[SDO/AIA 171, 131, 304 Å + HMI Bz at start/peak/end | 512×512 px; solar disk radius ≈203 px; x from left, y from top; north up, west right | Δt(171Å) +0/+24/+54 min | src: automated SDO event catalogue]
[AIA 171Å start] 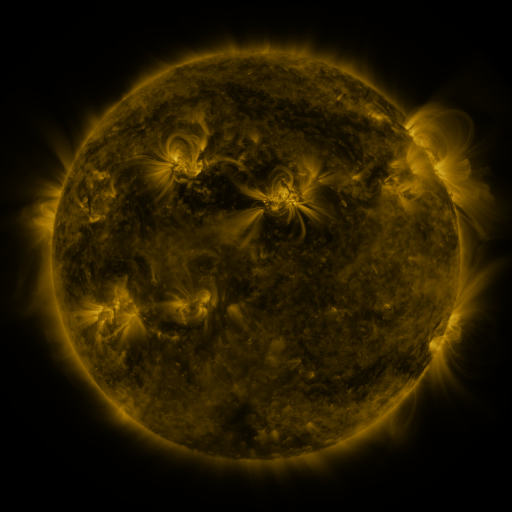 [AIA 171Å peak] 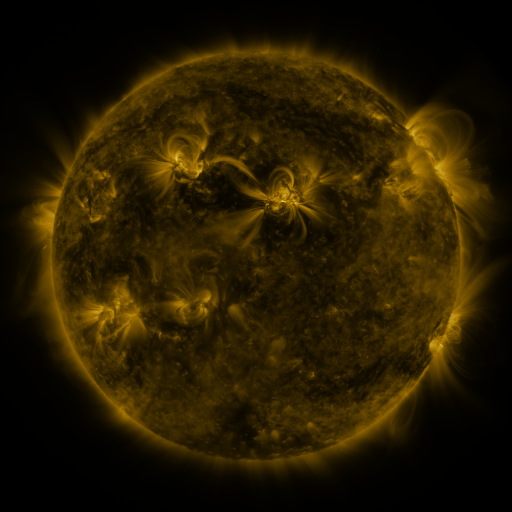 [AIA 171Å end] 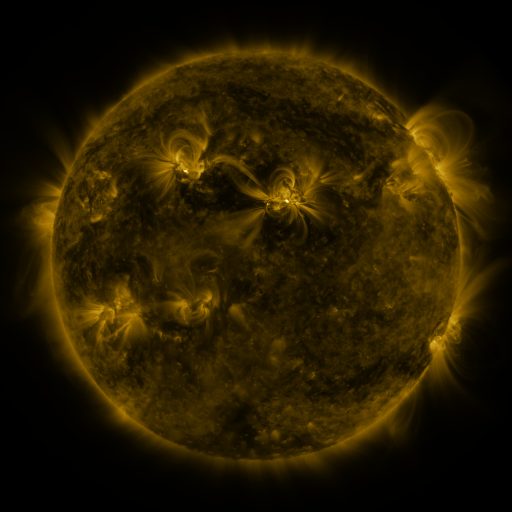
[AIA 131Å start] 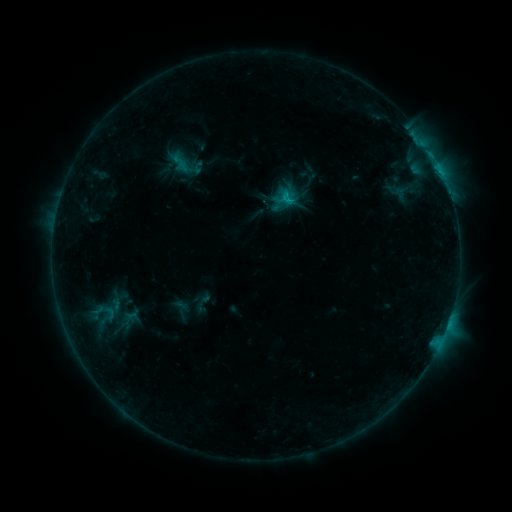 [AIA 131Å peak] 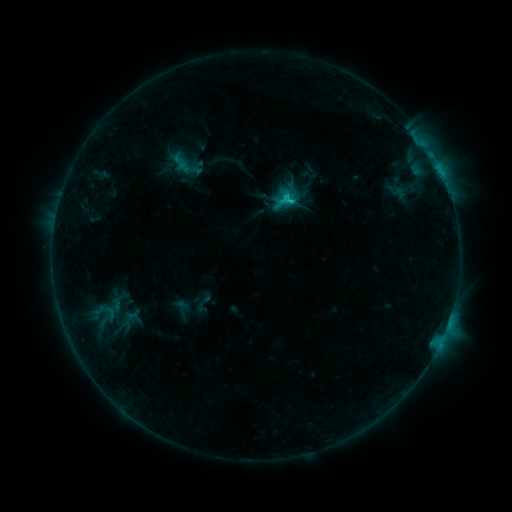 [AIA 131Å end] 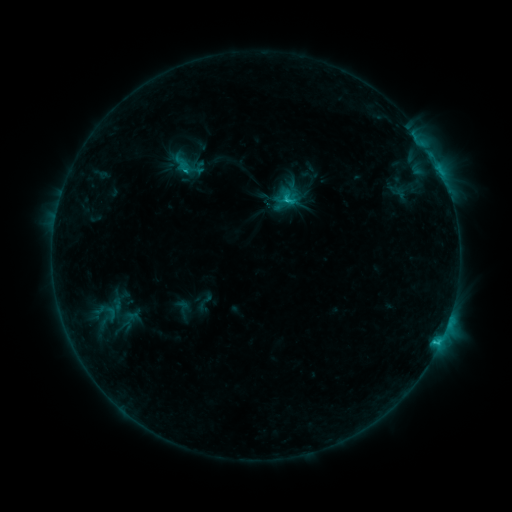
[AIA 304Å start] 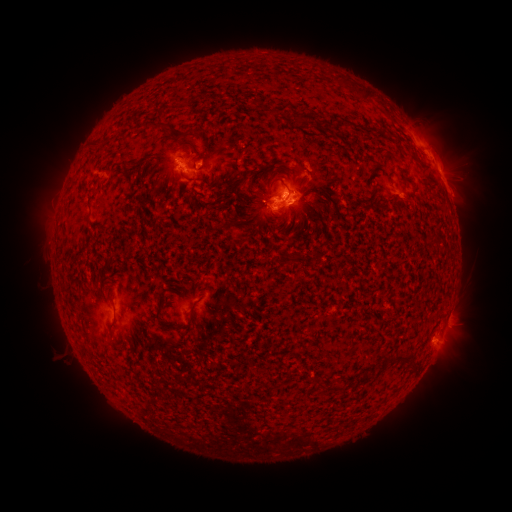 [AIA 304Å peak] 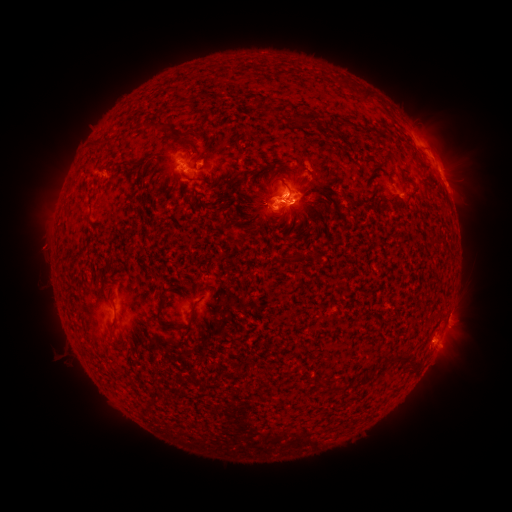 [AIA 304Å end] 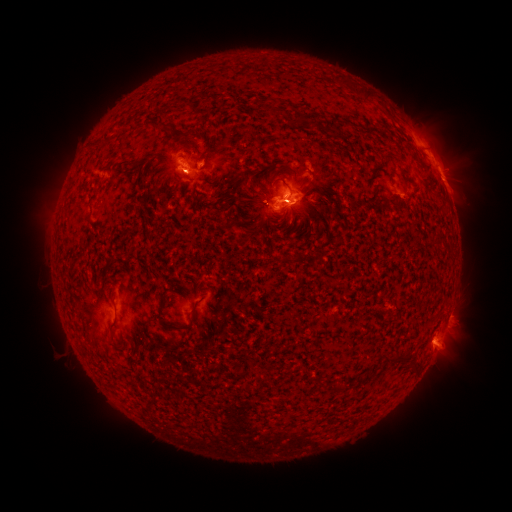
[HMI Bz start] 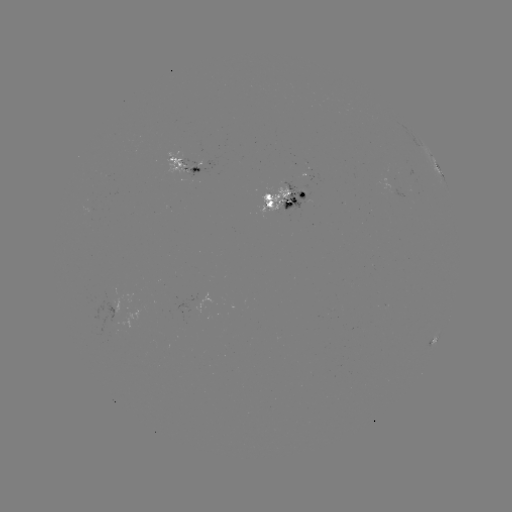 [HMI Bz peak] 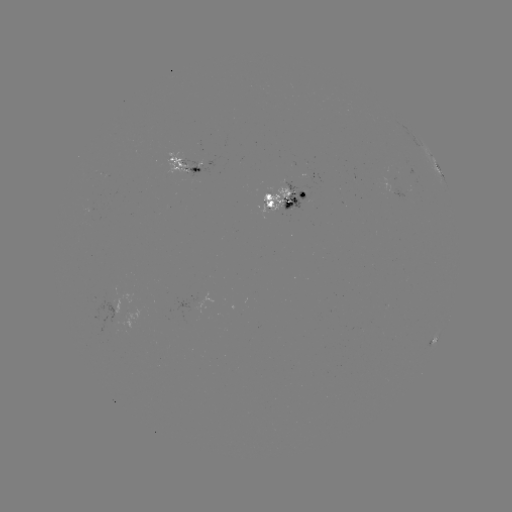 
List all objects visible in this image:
emerging-flux region: (277, 201)
